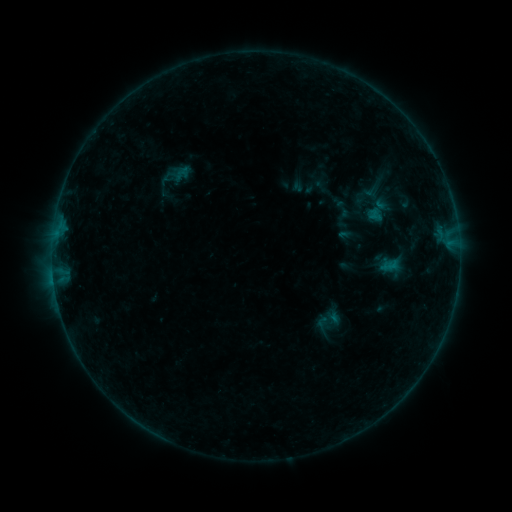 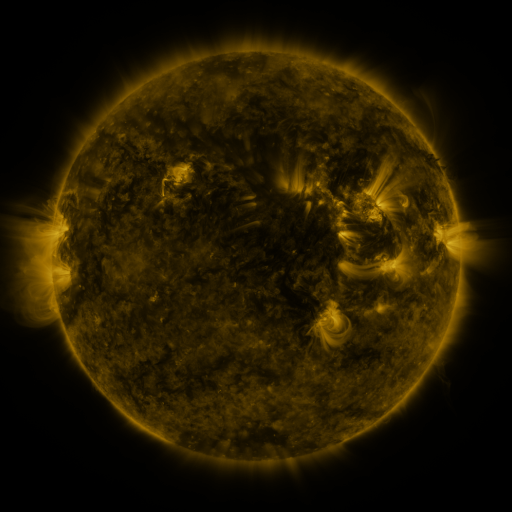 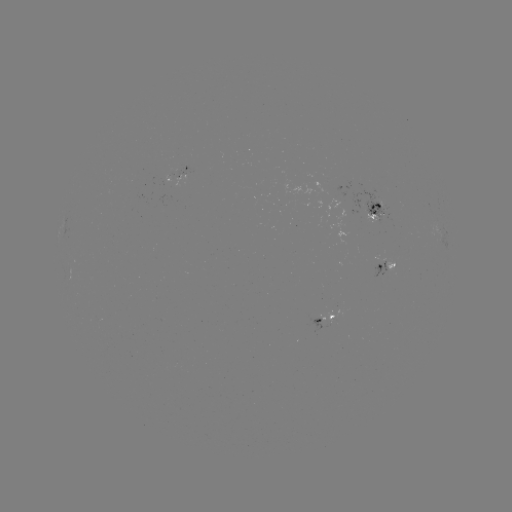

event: sigmoid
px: (323, 325)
